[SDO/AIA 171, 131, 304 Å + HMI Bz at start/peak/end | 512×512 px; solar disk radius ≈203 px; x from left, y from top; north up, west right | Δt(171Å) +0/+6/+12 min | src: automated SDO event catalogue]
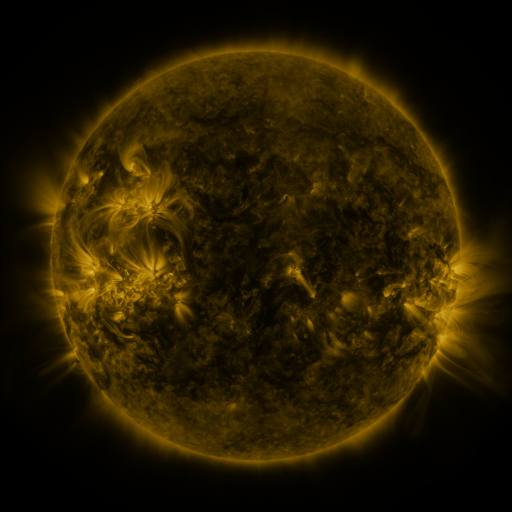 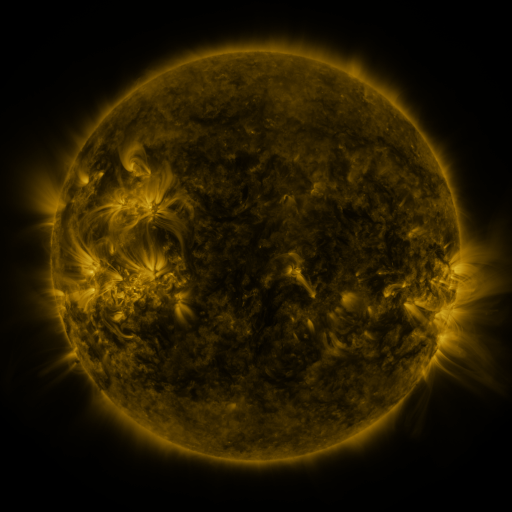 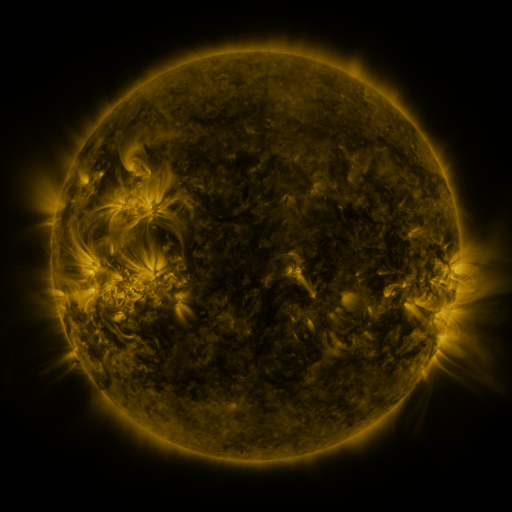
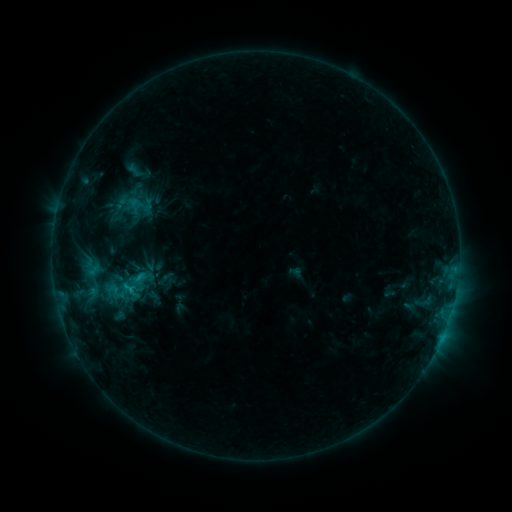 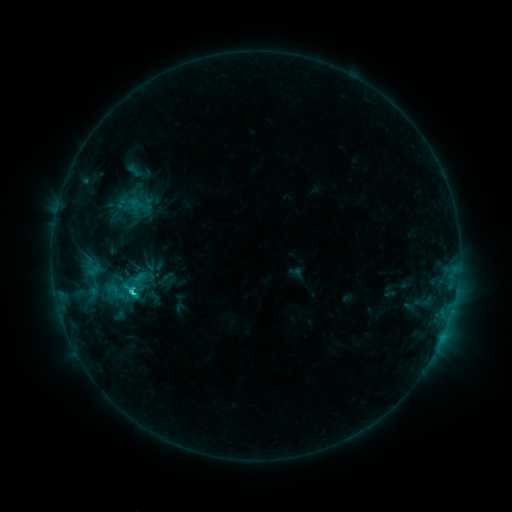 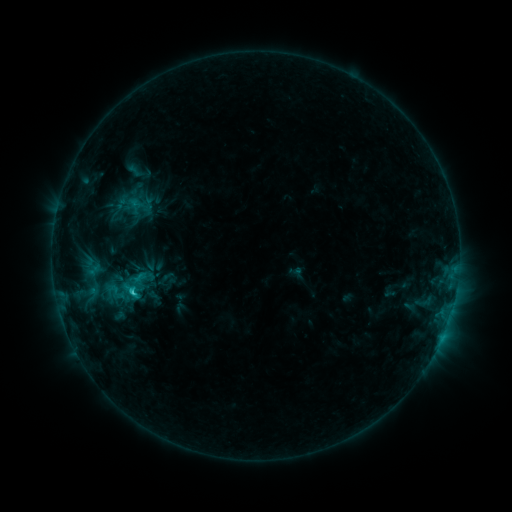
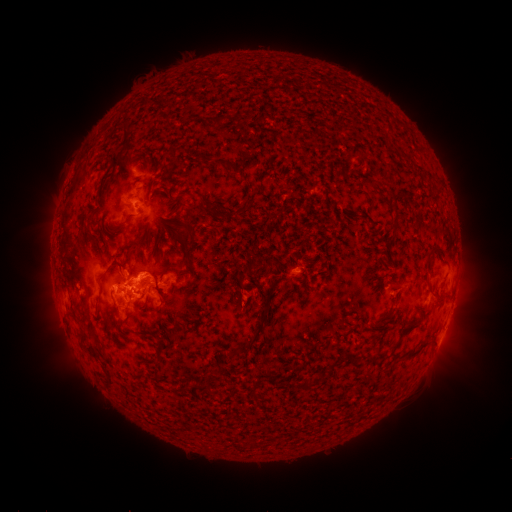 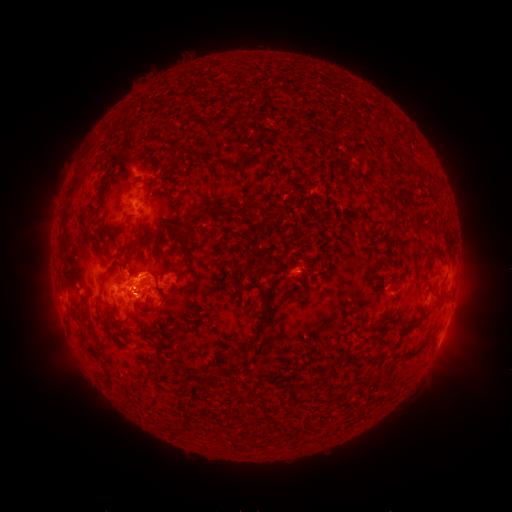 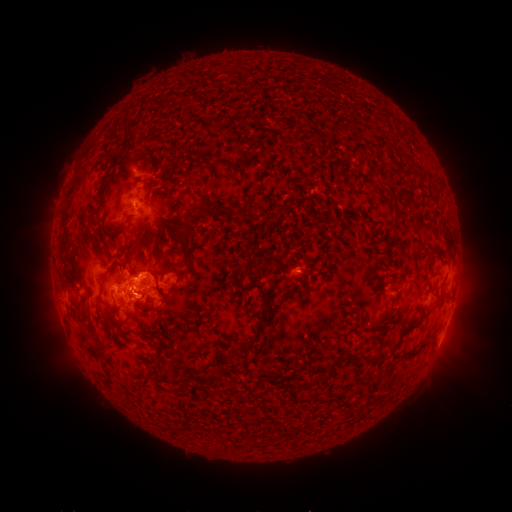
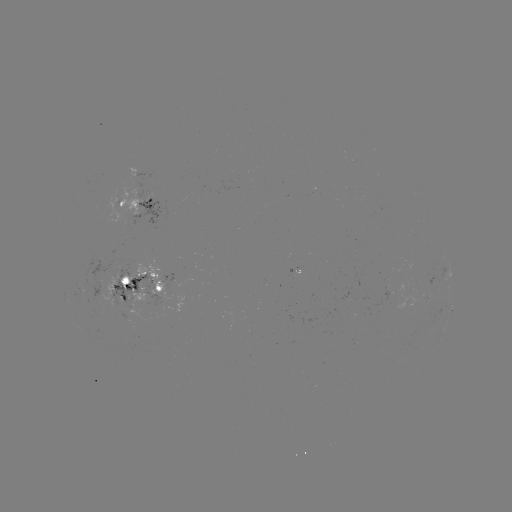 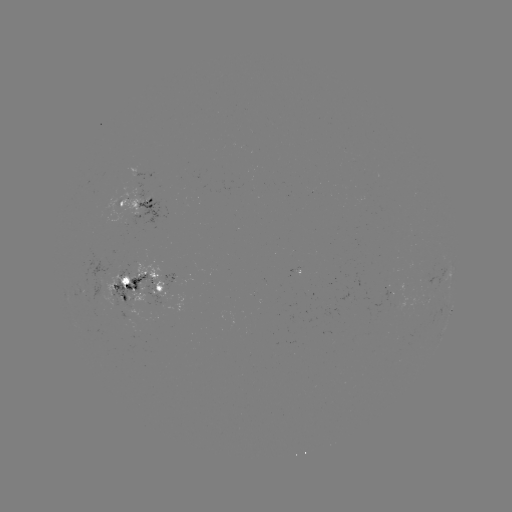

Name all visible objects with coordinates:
C2.4 flare: (134, 292)
